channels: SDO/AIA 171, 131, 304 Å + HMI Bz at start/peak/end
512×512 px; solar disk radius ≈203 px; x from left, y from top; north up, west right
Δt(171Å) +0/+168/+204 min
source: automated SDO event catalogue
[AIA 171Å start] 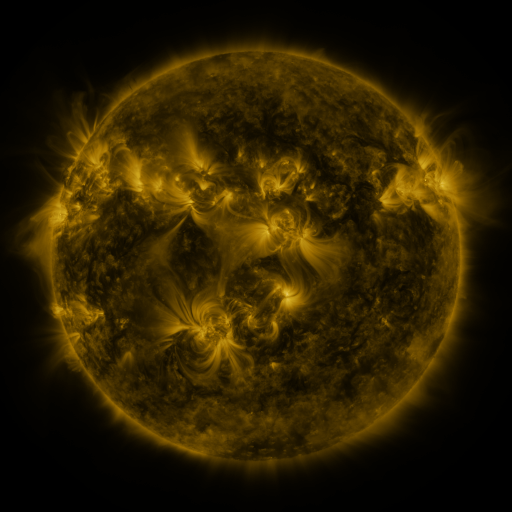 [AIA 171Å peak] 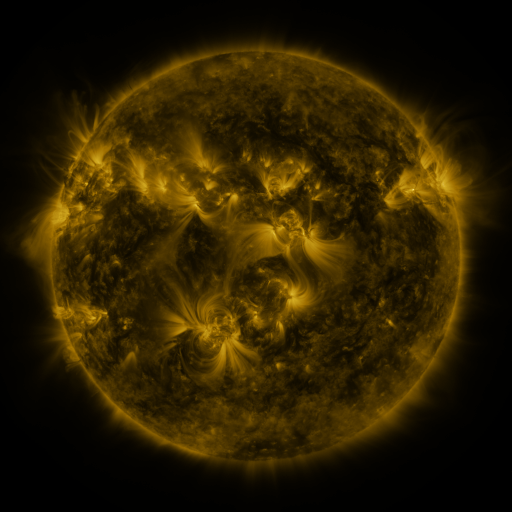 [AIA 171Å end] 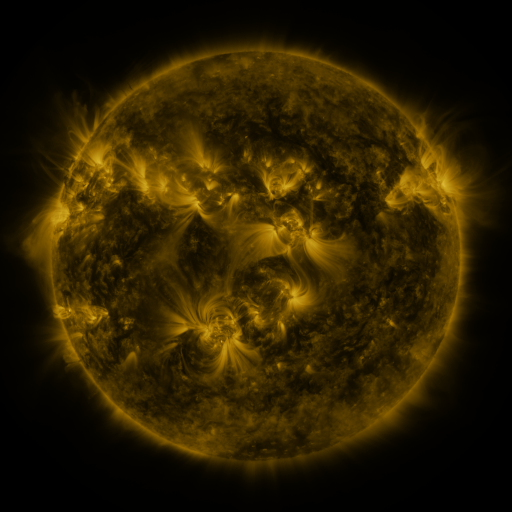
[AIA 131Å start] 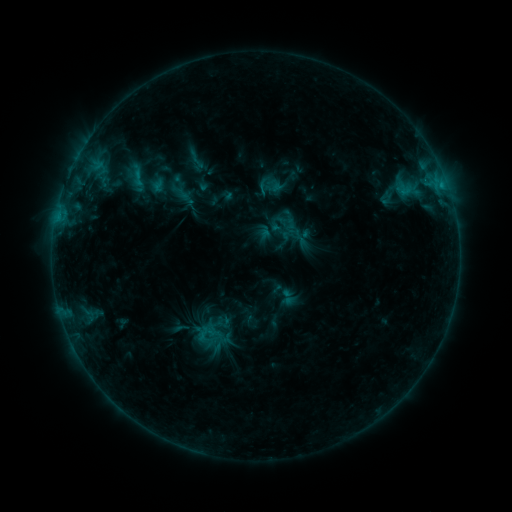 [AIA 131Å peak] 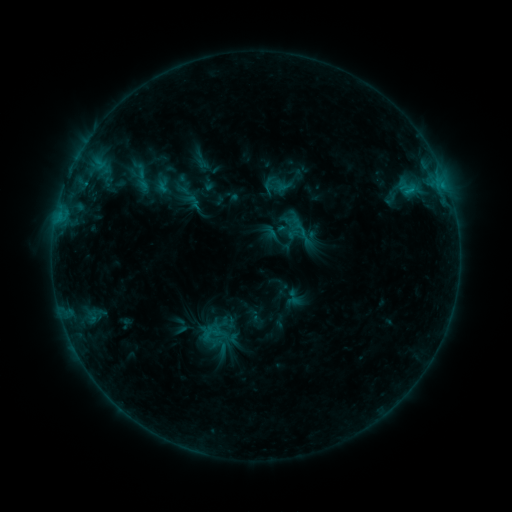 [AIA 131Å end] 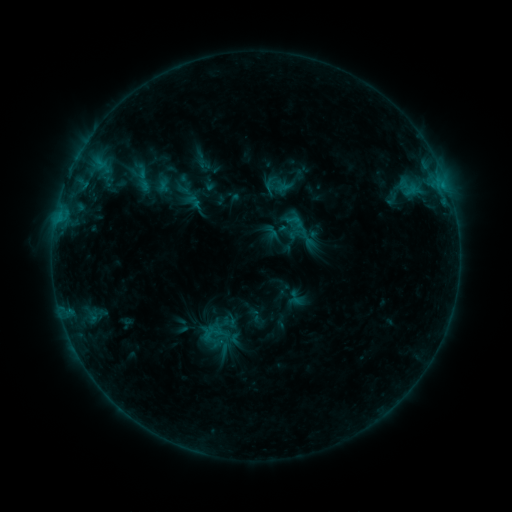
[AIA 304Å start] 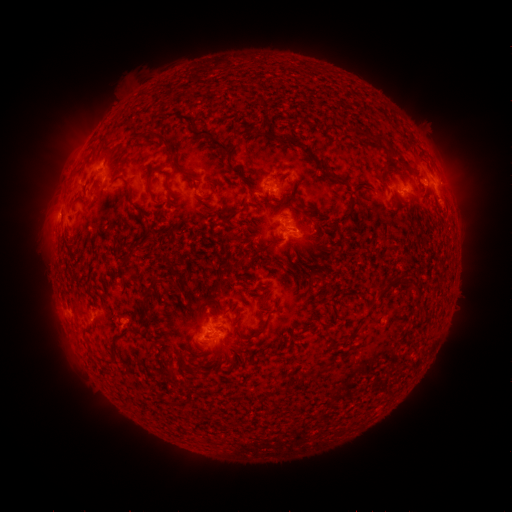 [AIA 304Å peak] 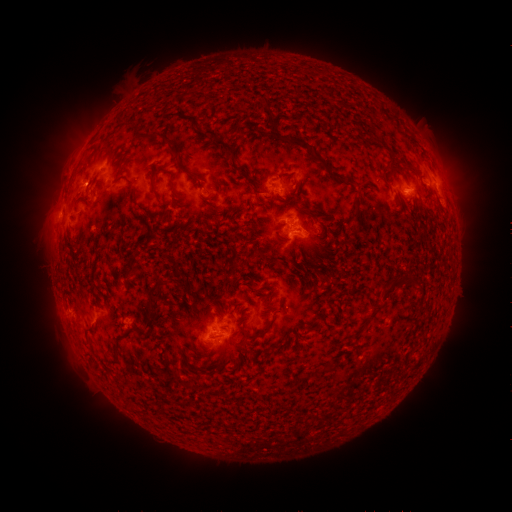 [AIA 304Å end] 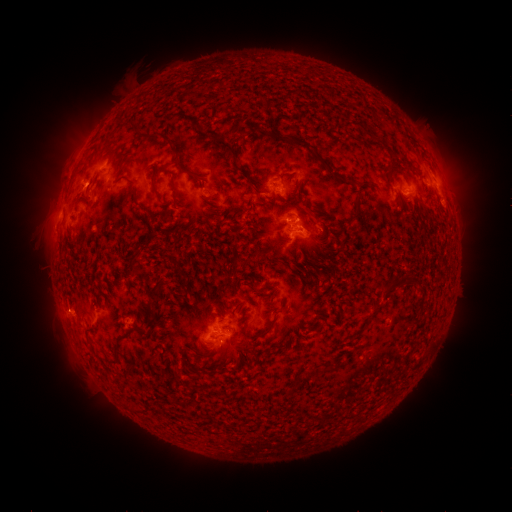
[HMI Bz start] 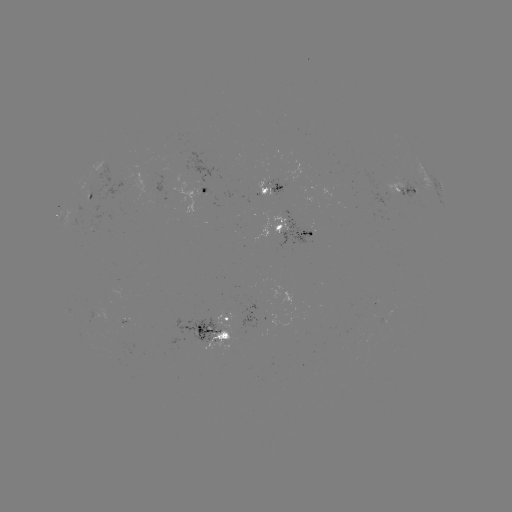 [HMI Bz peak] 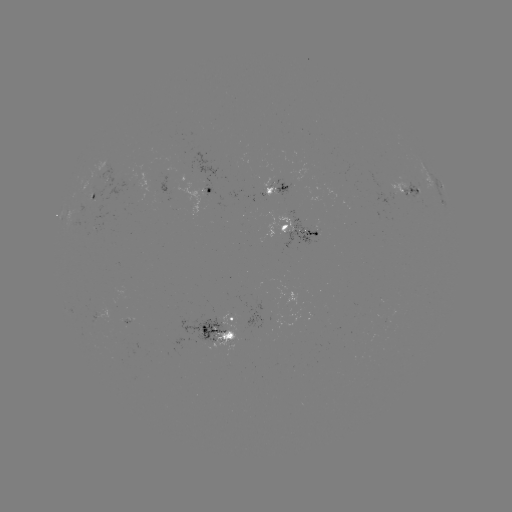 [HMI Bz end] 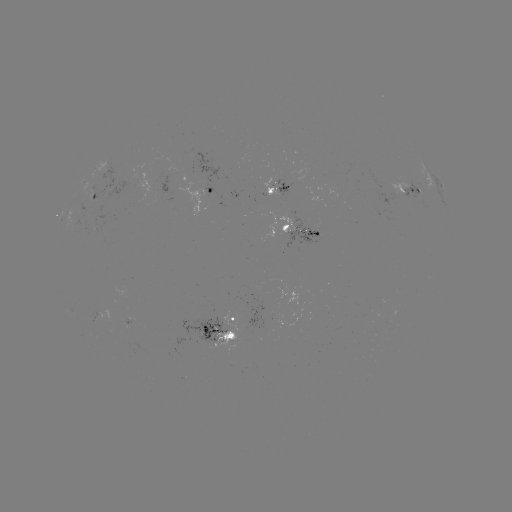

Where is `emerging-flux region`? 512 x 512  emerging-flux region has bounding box [122, 317, 132, 325].